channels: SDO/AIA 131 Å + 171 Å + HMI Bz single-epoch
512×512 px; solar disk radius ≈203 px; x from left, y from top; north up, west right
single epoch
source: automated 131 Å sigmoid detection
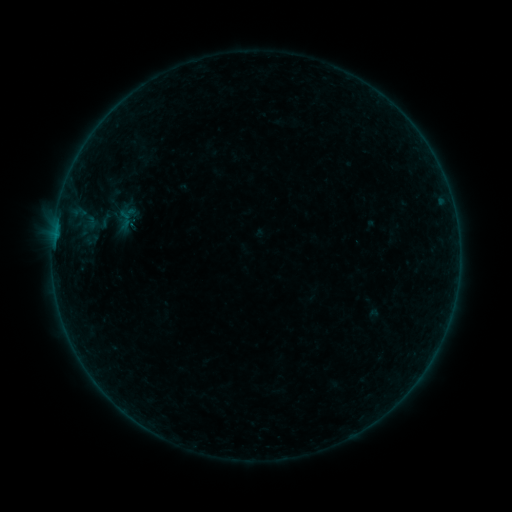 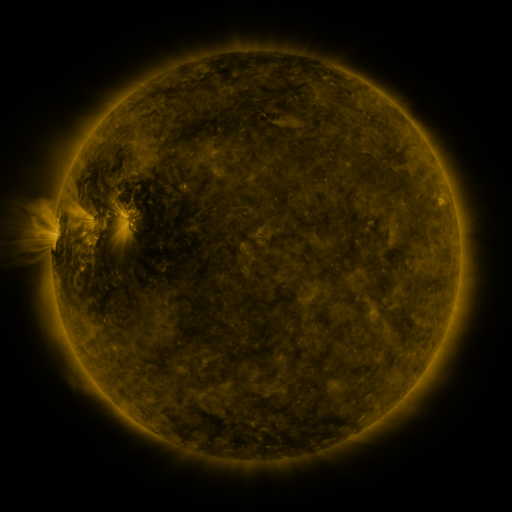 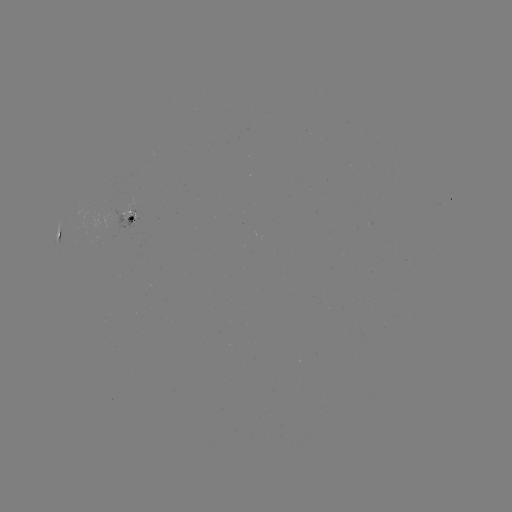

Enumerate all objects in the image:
sigmoid: [112, 201, 144, 233]
